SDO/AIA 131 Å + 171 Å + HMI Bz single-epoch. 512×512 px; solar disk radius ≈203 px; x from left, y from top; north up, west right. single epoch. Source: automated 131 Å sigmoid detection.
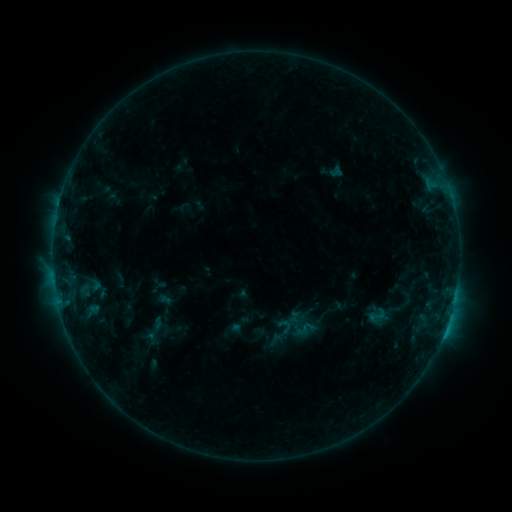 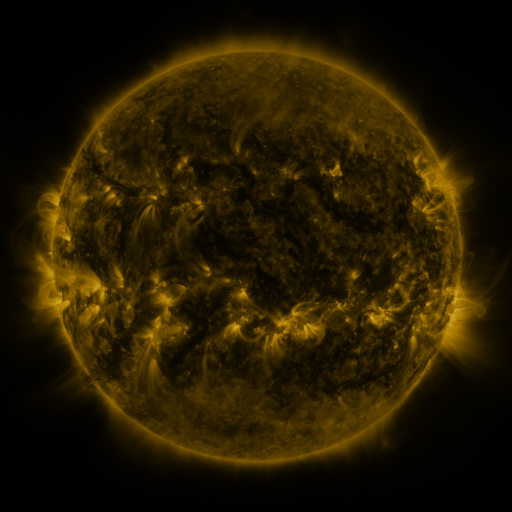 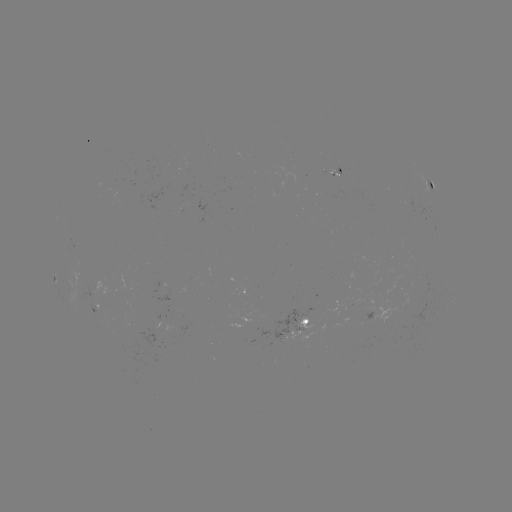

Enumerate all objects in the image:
sigmoid: (377, 315)
sigmoid: (155, 329)
